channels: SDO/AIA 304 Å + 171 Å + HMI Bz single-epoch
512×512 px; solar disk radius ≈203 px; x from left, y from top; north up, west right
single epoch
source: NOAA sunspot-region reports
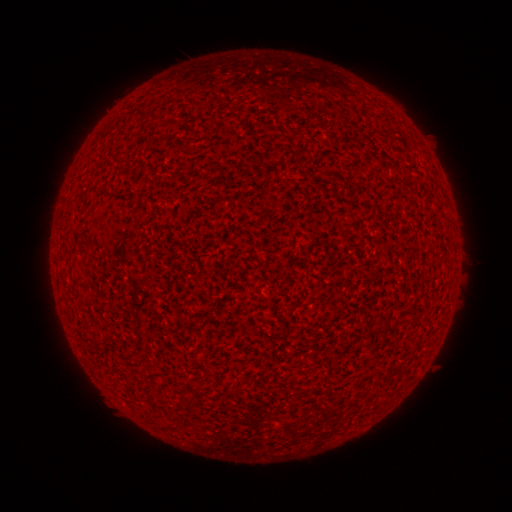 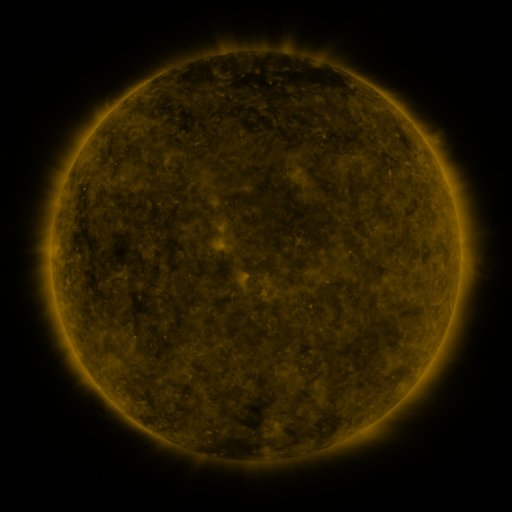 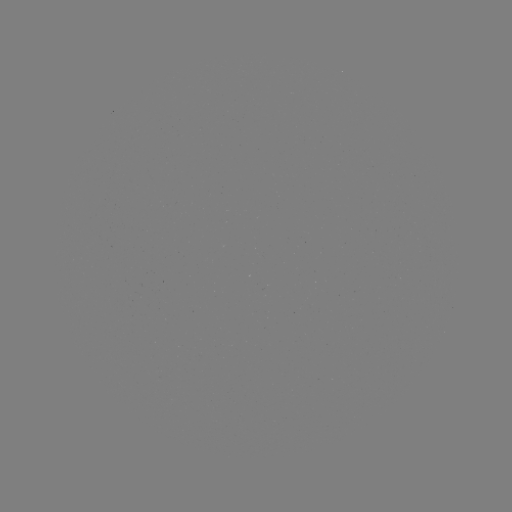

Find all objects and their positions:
(none)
